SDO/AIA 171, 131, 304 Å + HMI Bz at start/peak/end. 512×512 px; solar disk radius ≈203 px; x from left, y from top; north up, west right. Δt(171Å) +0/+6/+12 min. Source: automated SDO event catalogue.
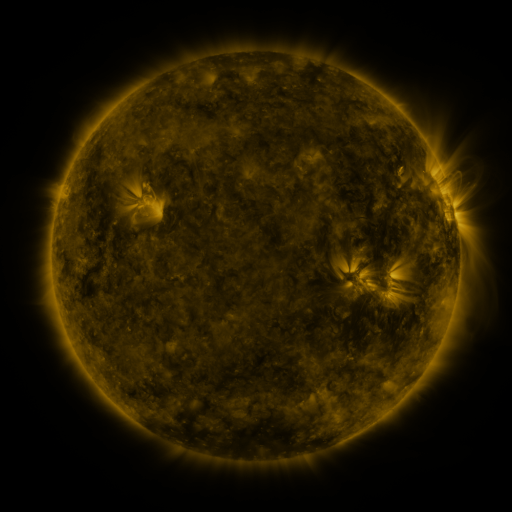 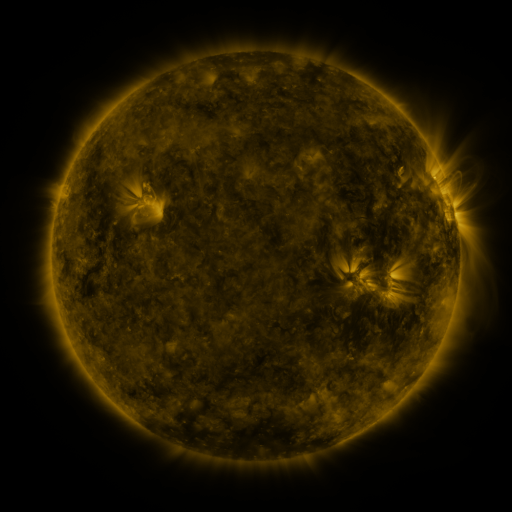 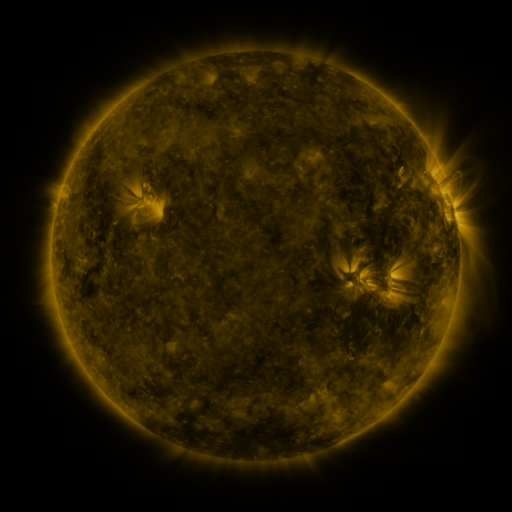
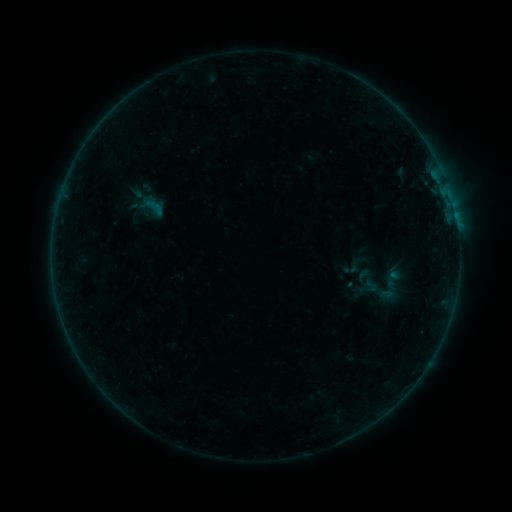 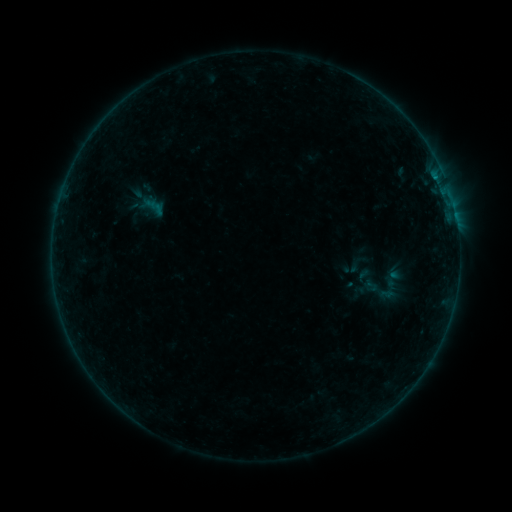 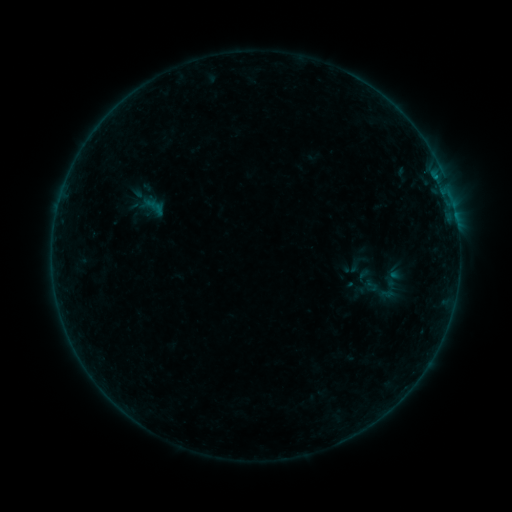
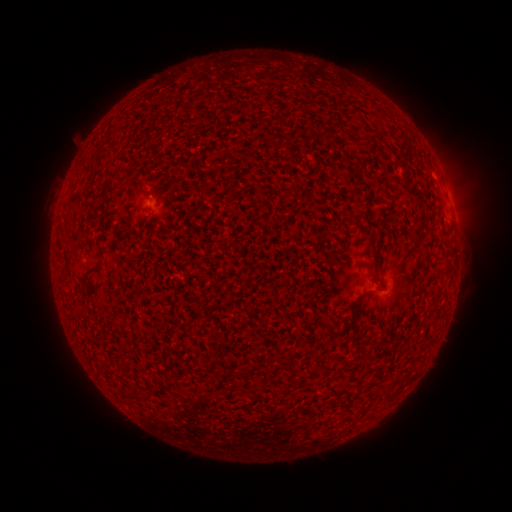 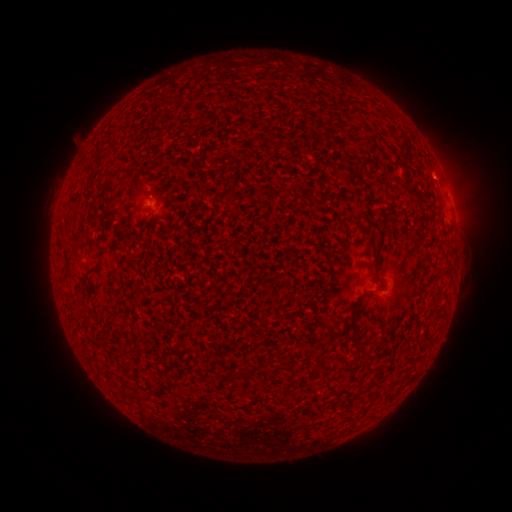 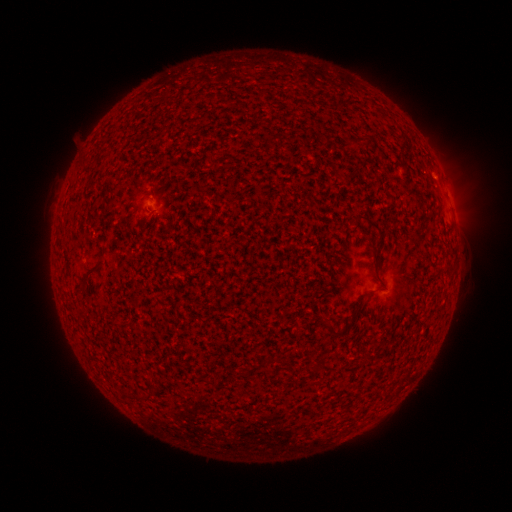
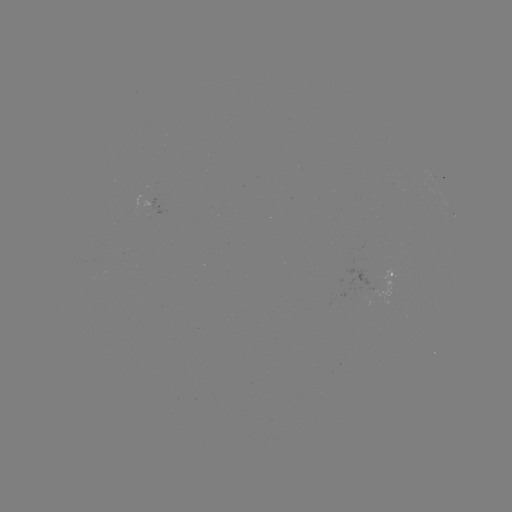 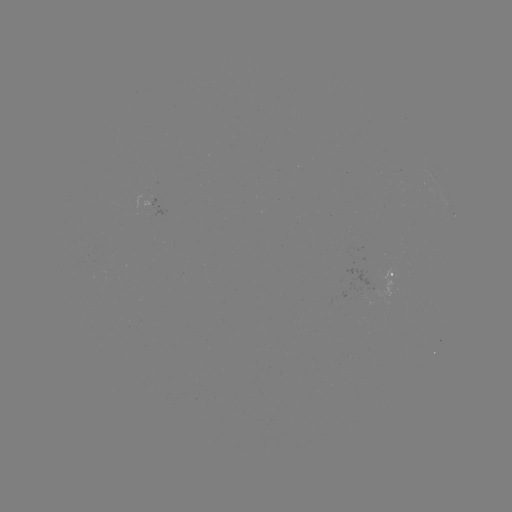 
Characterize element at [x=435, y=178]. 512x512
B1.9 flare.